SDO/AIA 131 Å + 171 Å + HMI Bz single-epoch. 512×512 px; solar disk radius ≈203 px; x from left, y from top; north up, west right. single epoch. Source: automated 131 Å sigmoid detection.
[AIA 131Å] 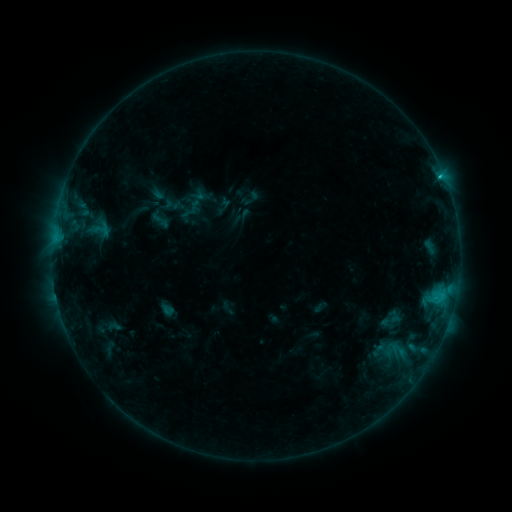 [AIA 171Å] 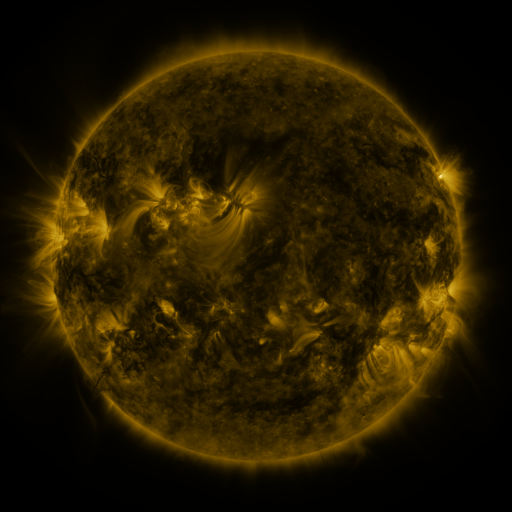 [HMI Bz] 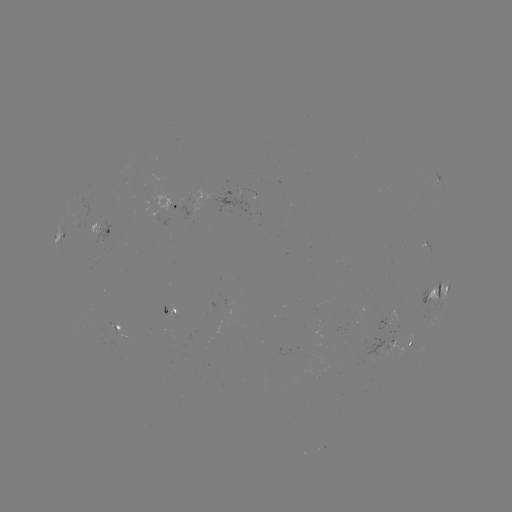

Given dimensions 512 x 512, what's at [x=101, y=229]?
sigmoid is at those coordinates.